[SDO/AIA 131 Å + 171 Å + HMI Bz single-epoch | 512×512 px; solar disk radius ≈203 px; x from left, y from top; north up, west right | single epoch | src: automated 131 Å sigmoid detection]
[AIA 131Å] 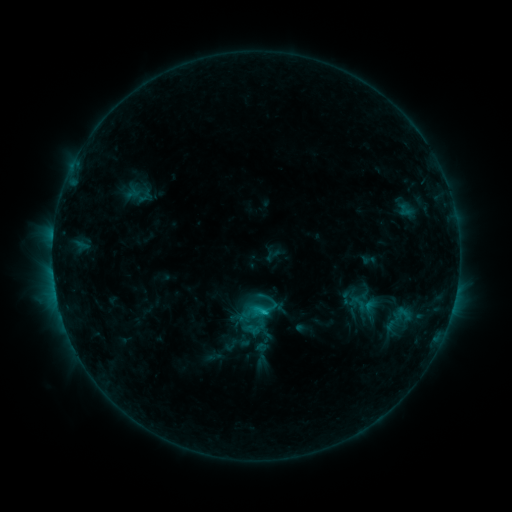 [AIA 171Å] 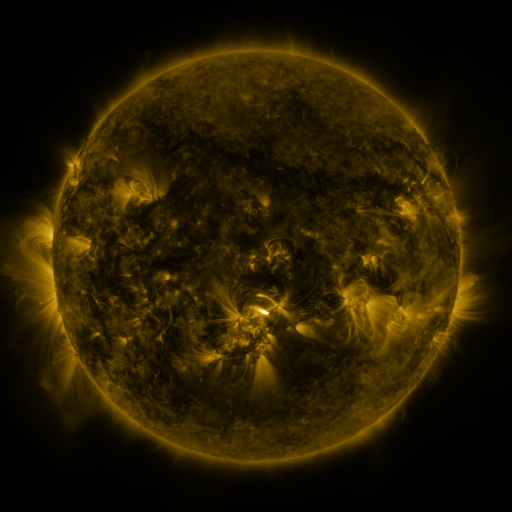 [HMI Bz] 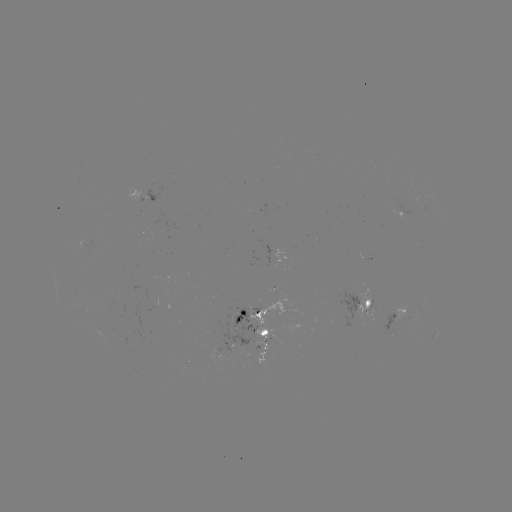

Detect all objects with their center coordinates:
sigmoid: <bbox>240, 287, 282, 329</bbox>
